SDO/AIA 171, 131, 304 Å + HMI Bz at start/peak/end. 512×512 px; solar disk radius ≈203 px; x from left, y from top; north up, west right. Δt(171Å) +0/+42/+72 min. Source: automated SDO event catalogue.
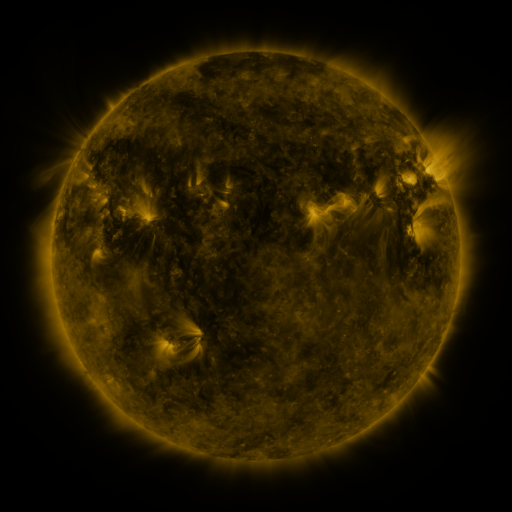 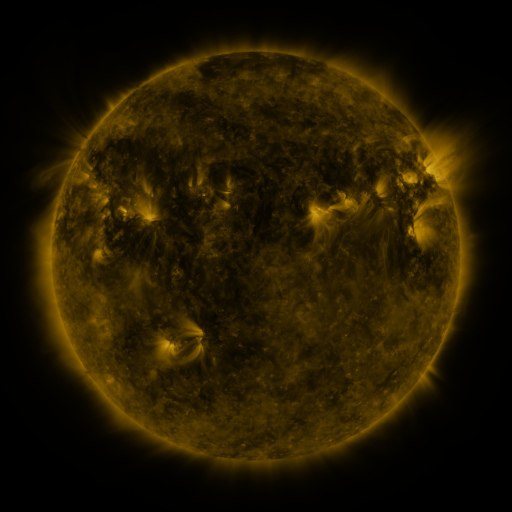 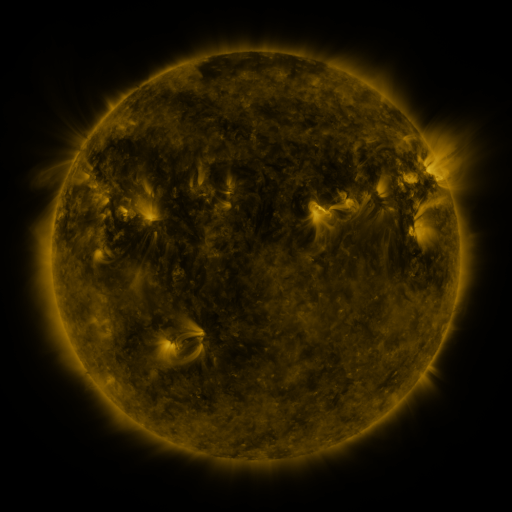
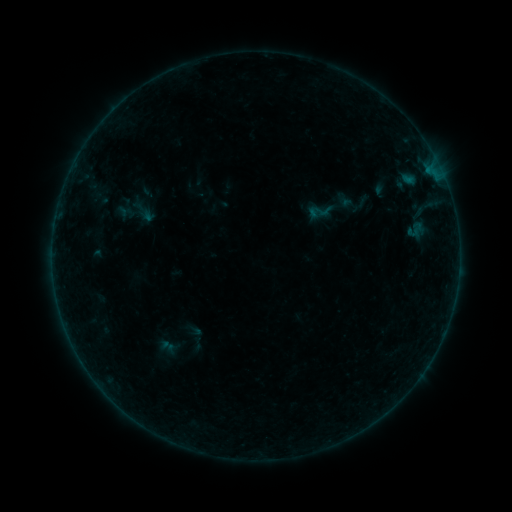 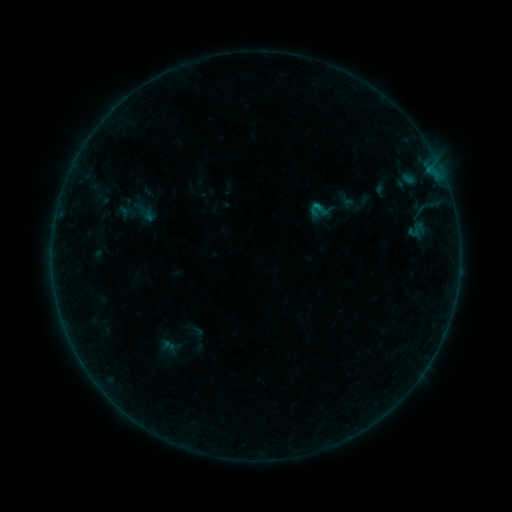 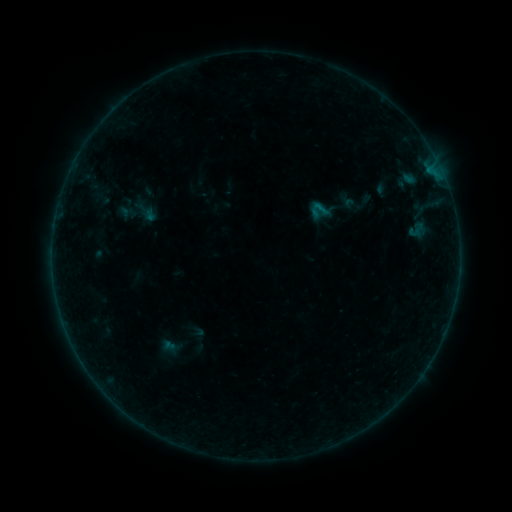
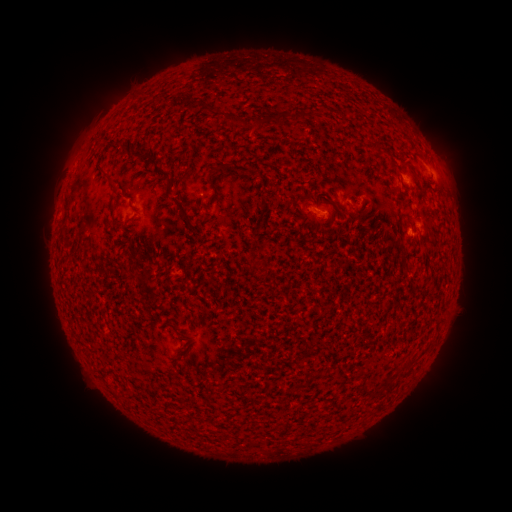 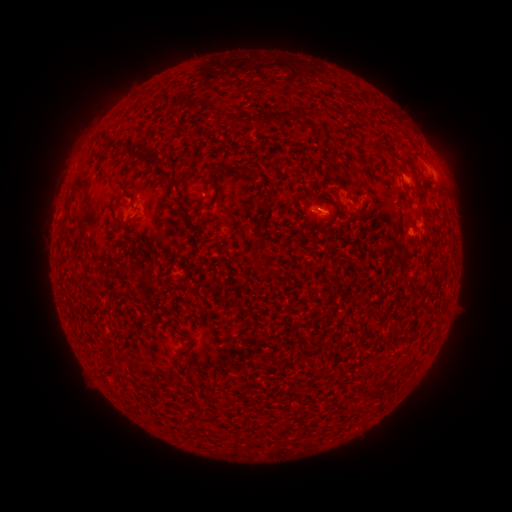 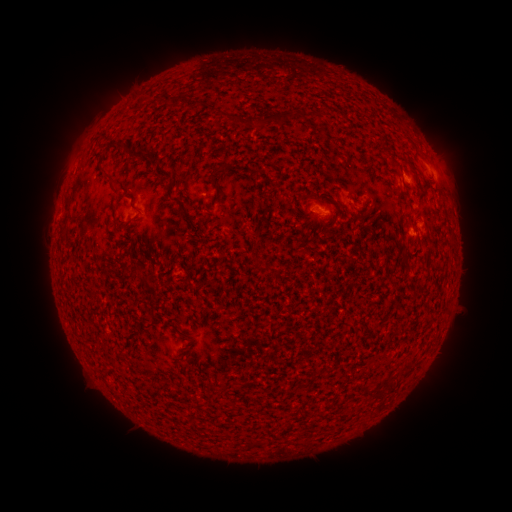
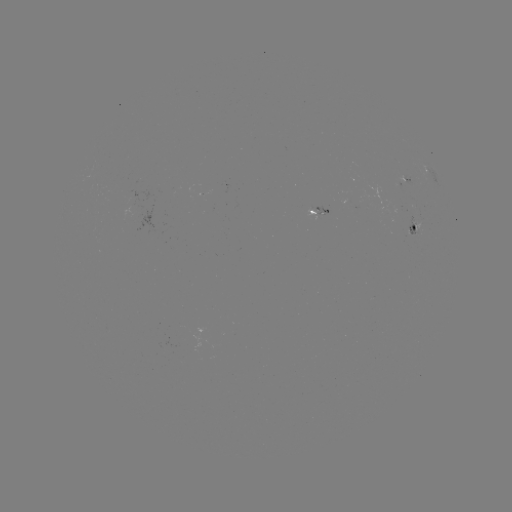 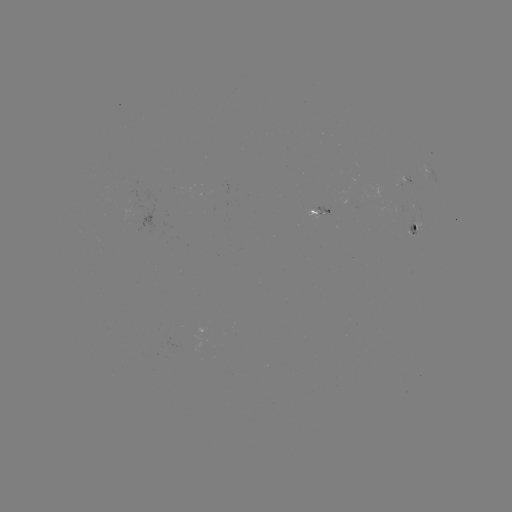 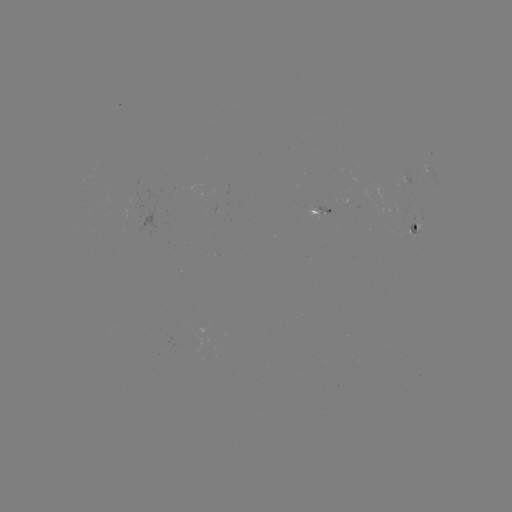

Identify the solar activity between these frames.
B2.8 flare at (318, 213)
